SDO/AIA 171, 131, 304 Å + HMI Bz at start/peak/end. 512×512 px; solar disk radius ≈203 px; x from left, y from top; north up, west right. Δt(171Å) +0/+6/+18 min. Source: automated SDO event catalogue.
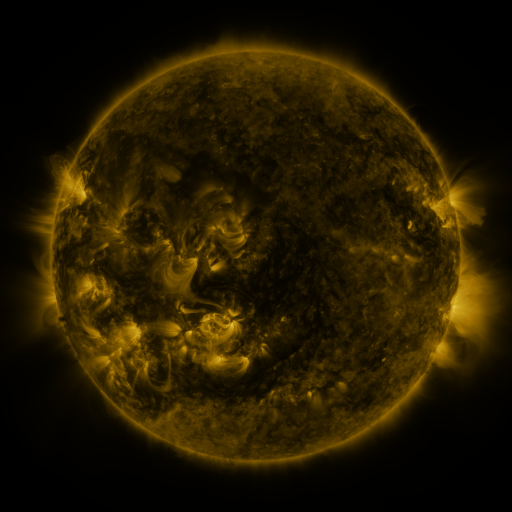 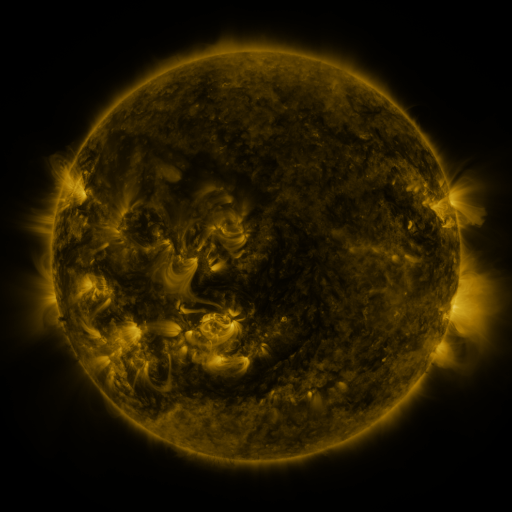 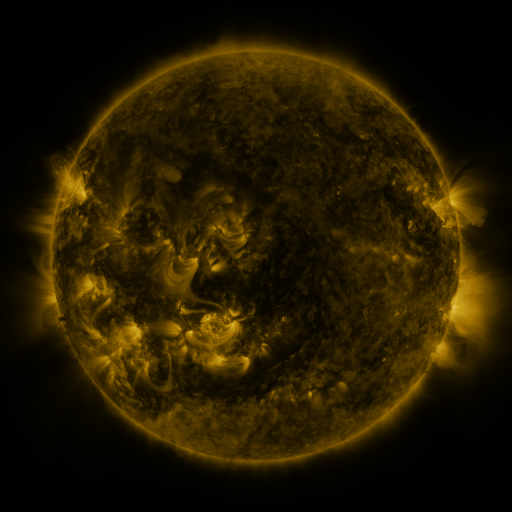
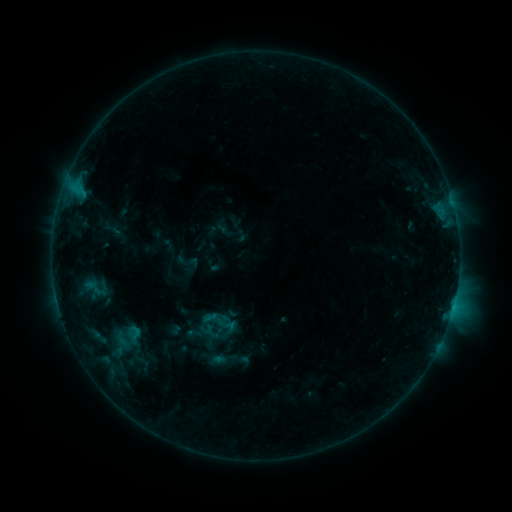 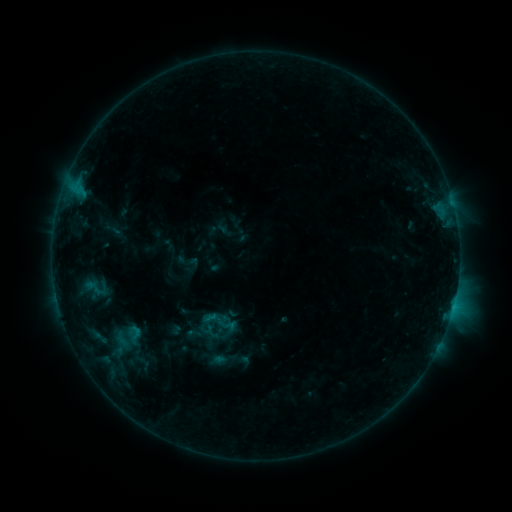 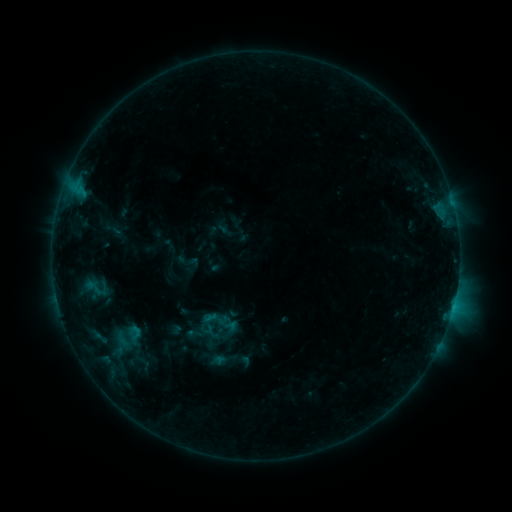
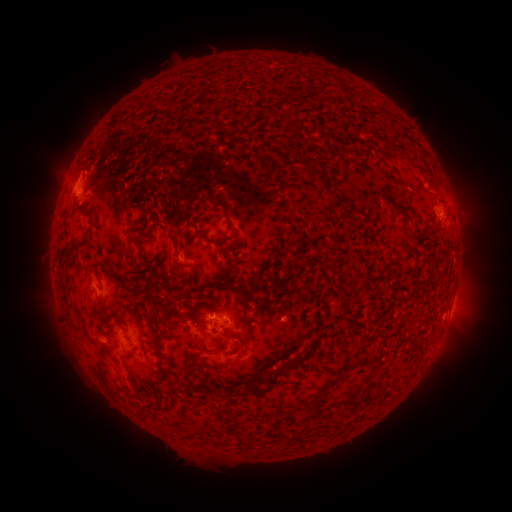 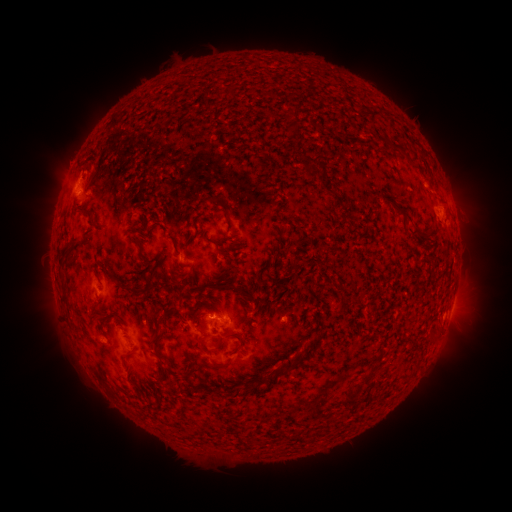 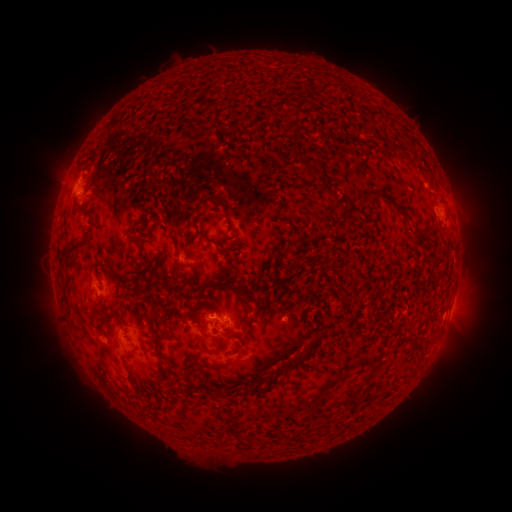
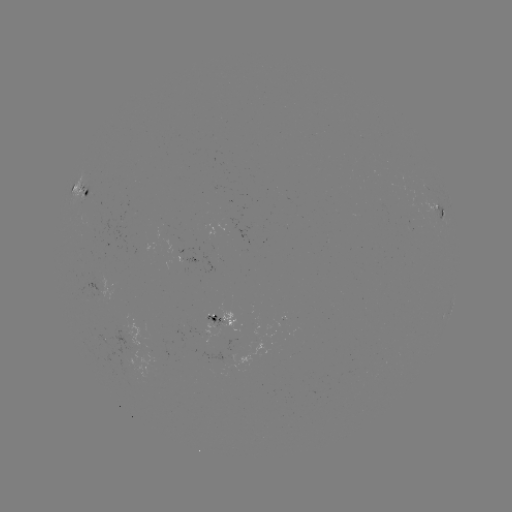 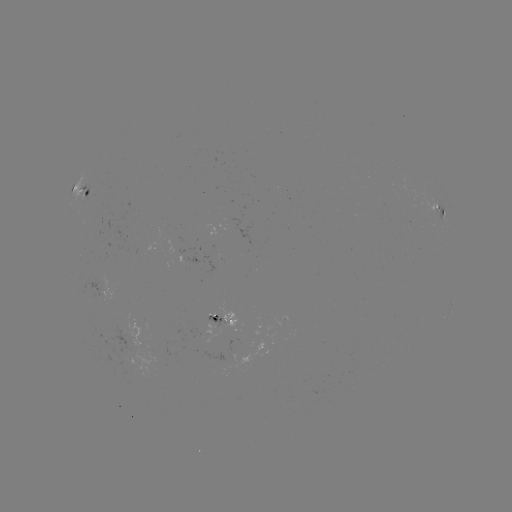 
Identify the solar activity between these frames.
no flare in any classed list; no EUV-trigger detection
